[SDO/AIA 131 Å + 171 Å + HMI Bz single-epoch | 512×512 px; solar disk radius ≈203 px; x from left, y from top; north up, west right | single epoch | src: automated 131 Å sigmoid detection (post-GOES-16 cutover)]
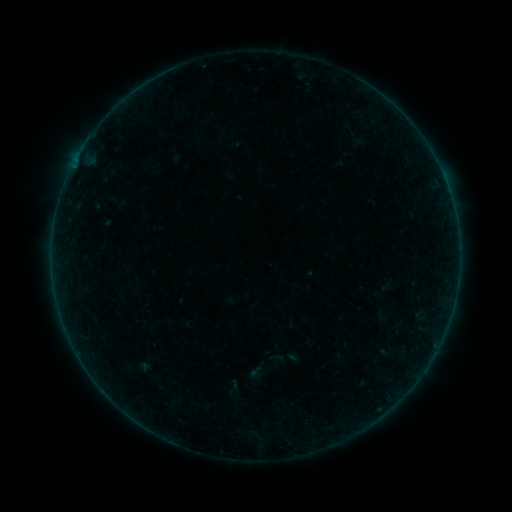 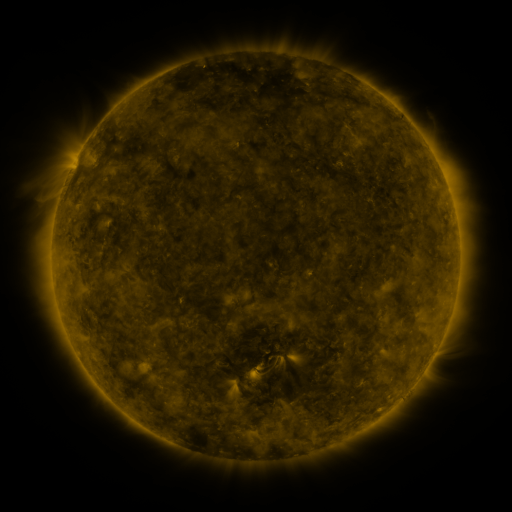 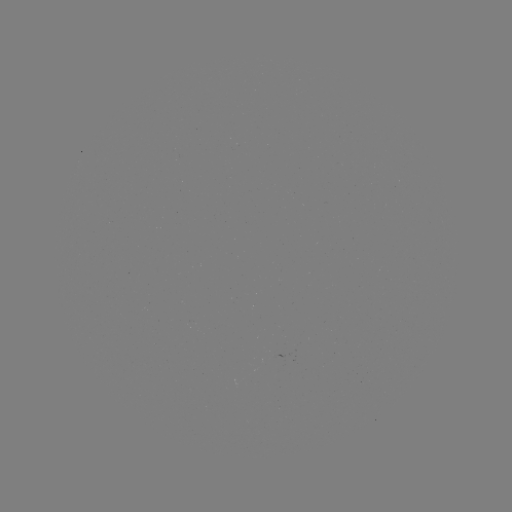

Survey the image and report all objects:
sigmoid: [270, 353, 285, 368]
